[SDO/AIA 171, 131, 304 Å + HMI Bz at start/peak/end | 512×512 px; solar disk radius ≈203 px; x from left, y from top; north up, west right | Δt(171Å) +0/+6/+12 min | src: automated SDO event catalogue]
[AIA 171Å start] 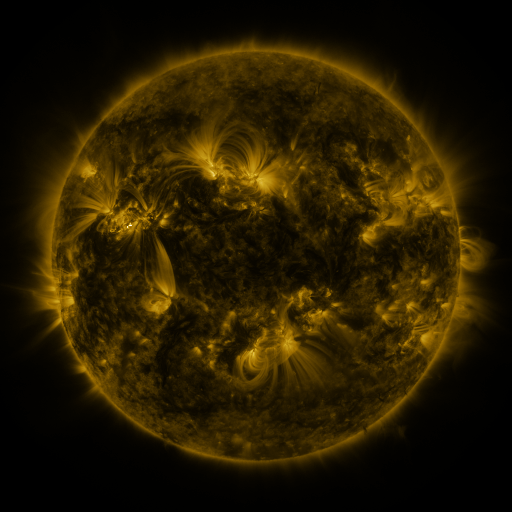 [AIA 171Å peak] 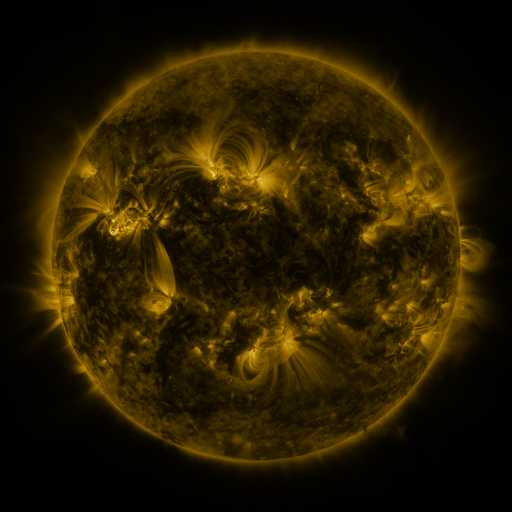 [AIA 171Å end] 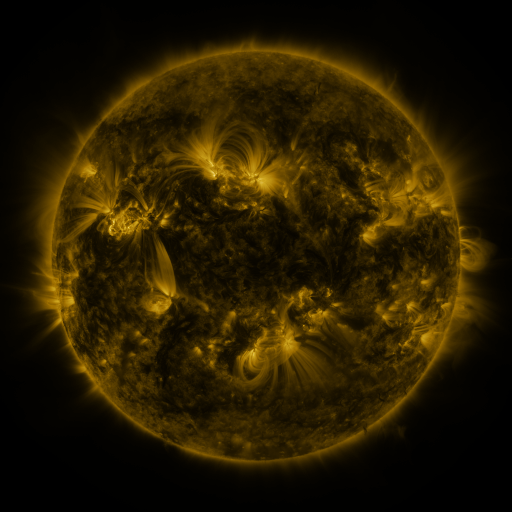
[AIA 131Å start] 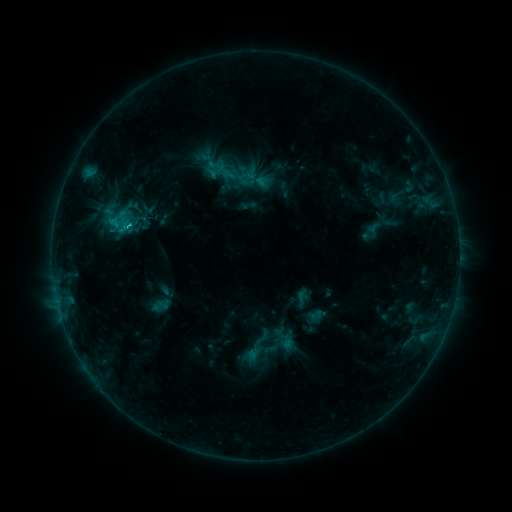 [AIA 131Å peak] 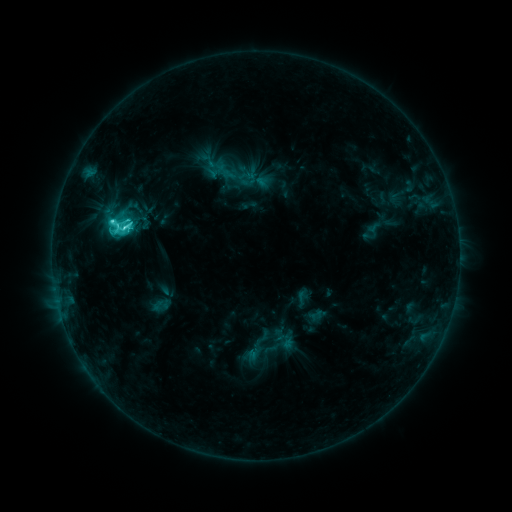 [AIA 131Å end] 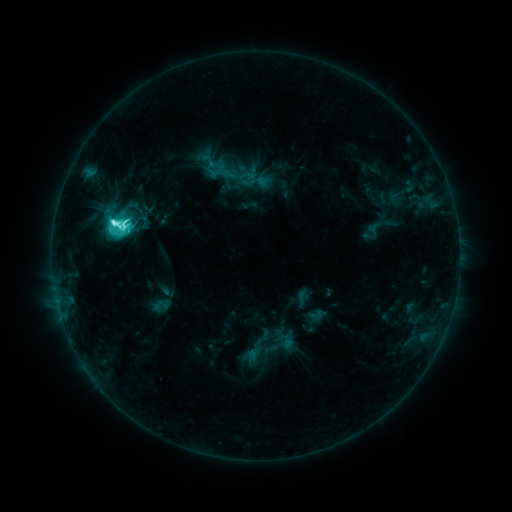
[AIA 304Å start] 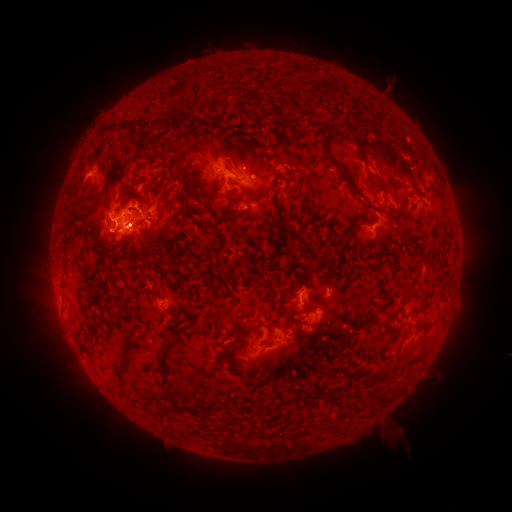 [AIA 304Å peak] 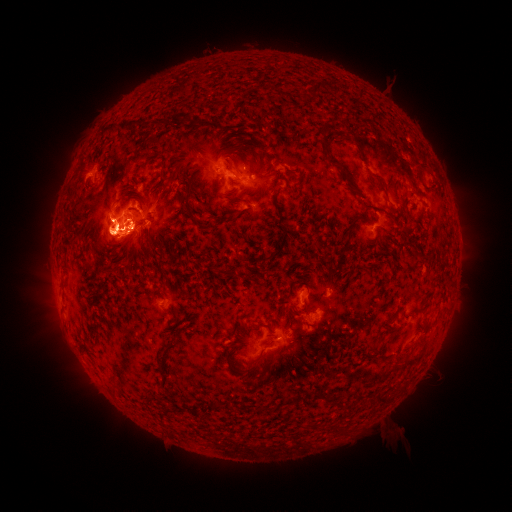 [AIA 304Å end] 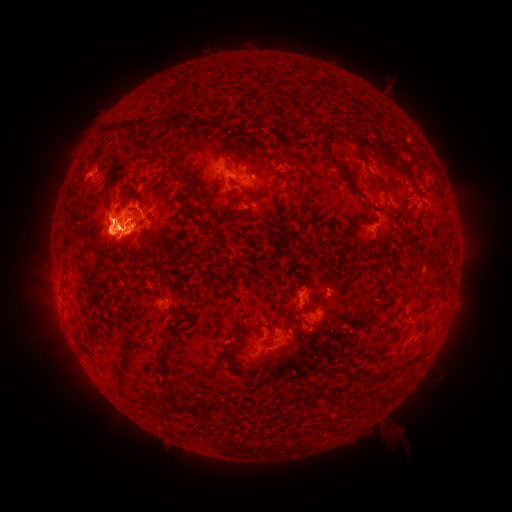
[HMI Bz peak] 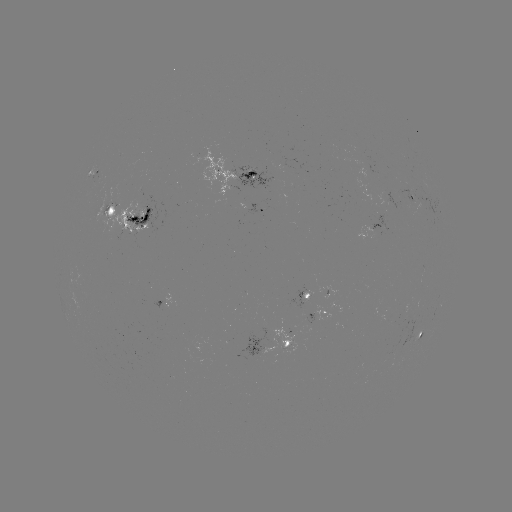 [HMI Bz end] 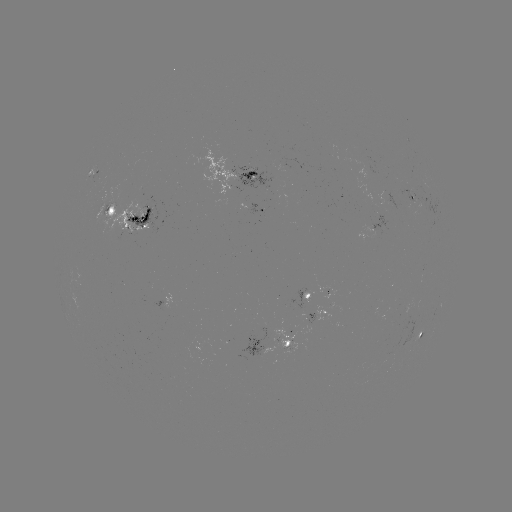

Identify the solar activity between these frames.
eruption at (25, 240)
